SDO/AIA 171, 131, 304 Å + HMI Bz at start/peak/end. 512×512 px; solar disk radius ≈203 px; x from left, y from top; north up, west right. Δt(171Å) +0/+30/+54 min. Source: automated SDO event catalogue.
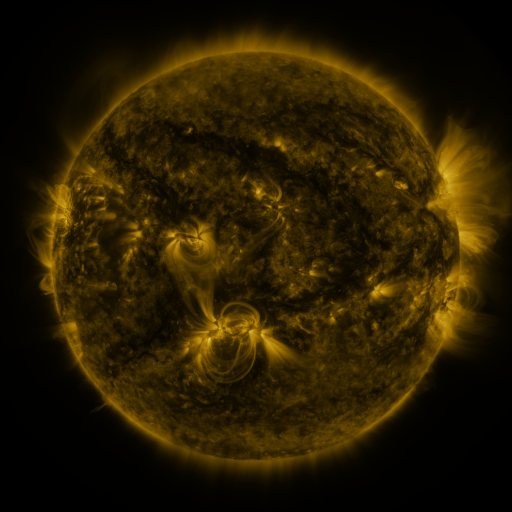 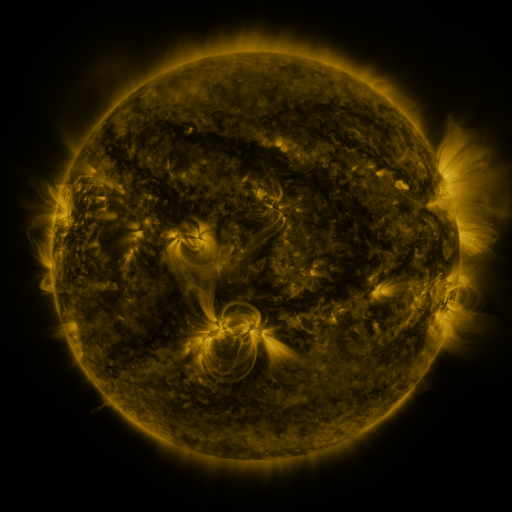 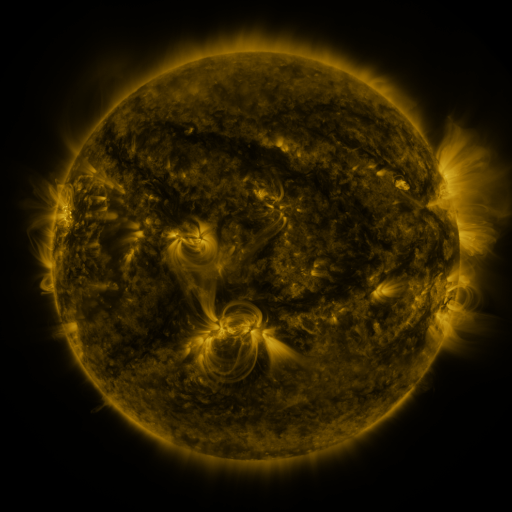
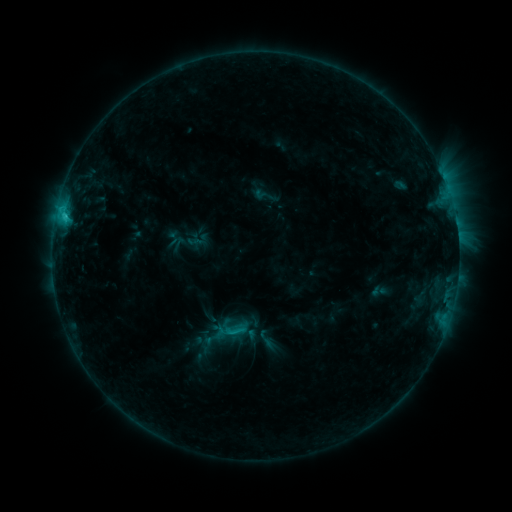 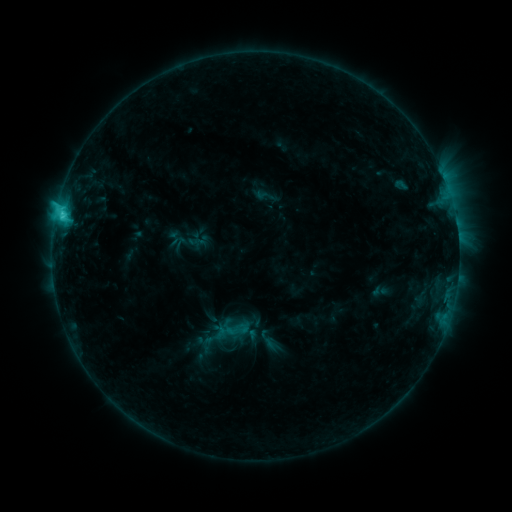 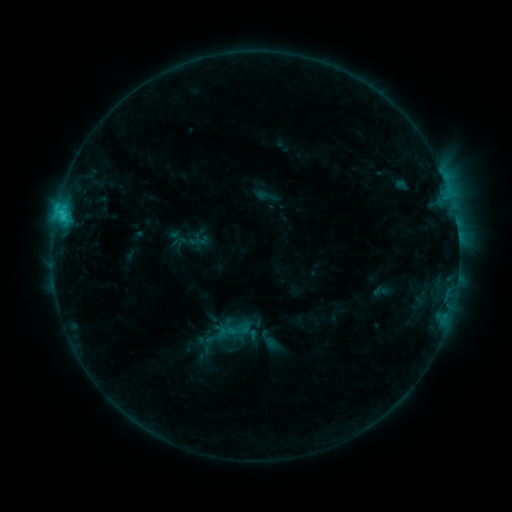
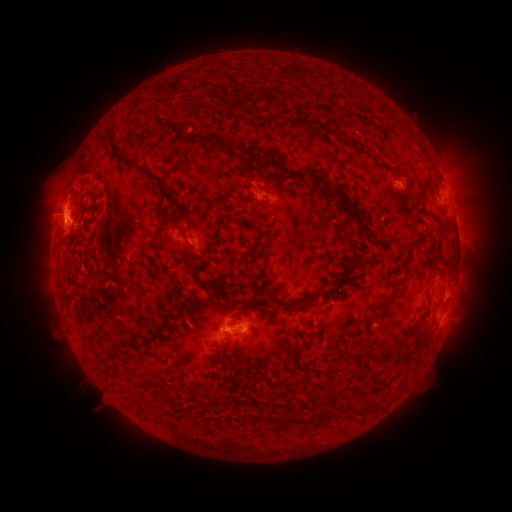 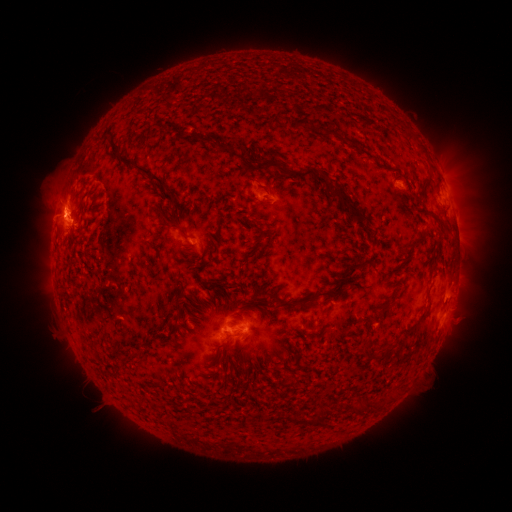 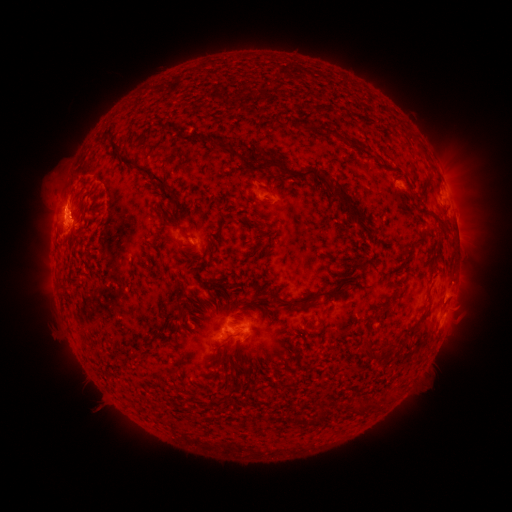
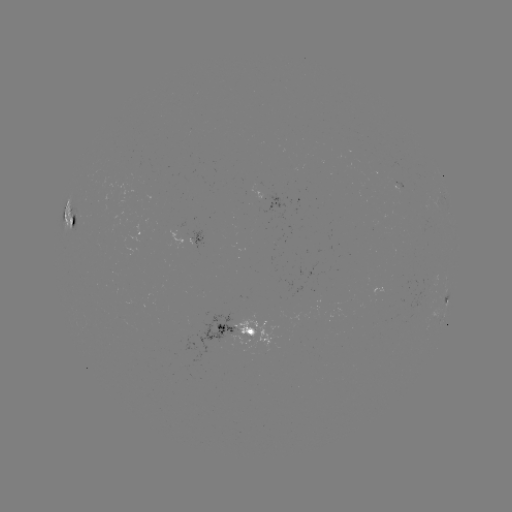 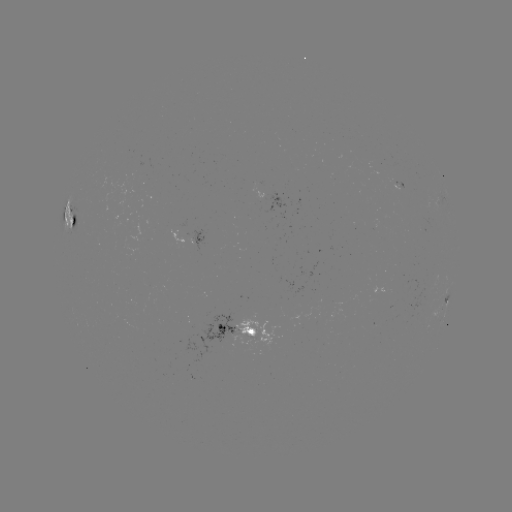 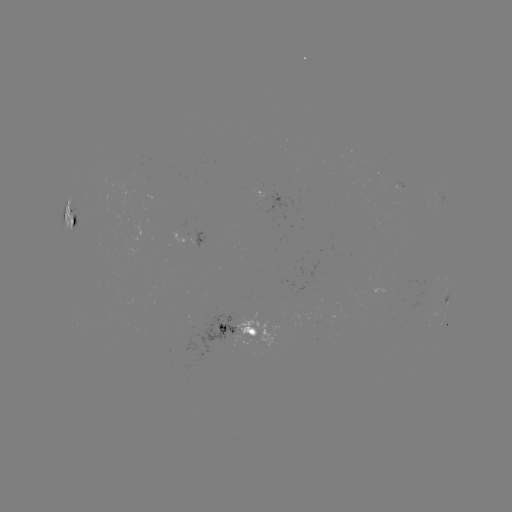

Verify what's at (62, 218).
C3.2 flare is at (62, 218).